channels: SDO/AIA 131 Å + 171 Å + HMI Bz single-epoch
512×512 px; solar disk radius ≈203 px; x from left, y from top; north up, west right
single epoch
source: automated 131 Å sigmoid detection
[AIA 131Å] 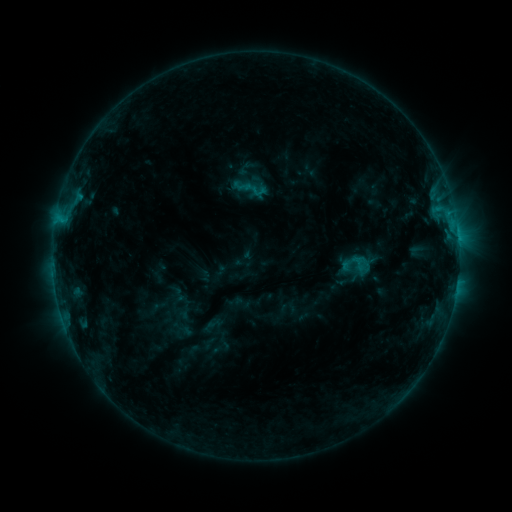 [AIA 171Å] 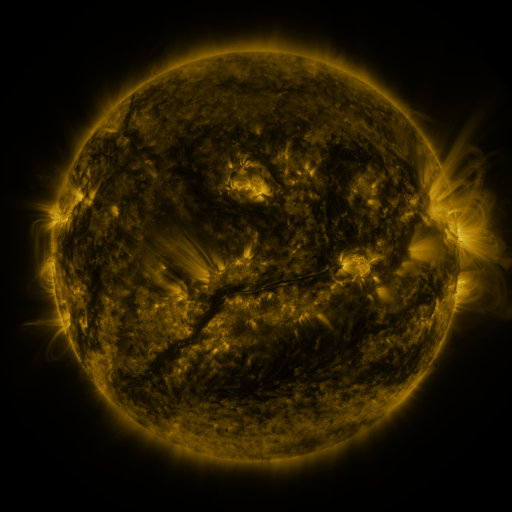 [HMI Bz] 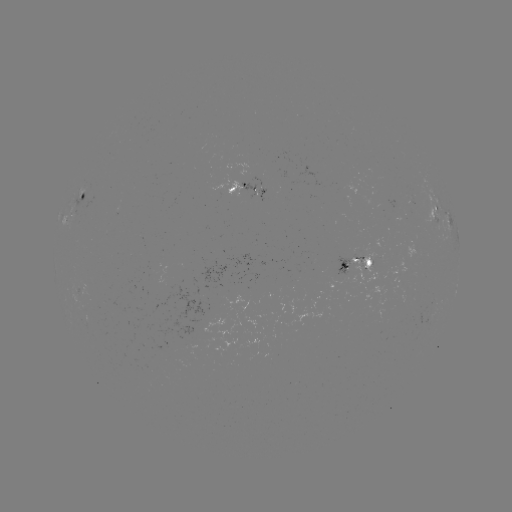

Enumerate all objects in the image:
sigmoid: (359, 263)
